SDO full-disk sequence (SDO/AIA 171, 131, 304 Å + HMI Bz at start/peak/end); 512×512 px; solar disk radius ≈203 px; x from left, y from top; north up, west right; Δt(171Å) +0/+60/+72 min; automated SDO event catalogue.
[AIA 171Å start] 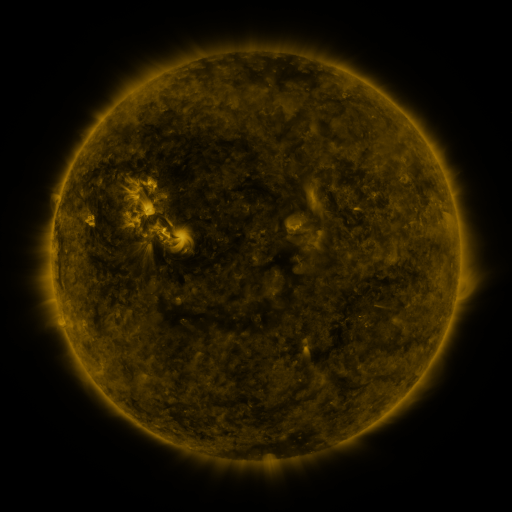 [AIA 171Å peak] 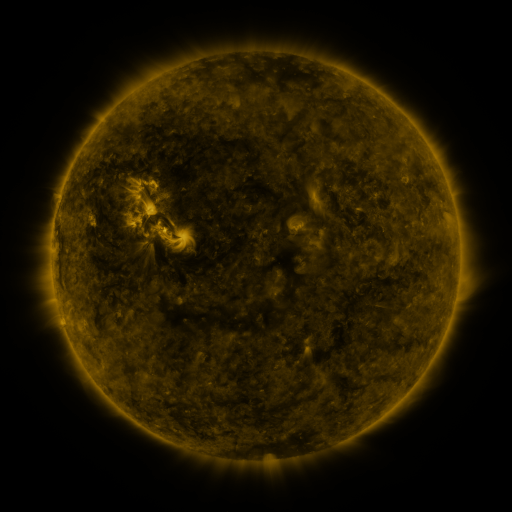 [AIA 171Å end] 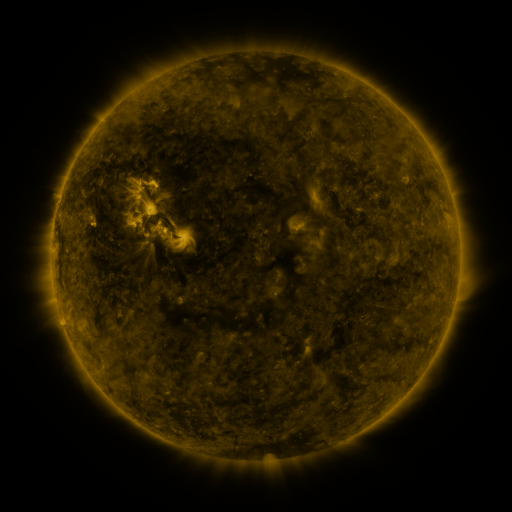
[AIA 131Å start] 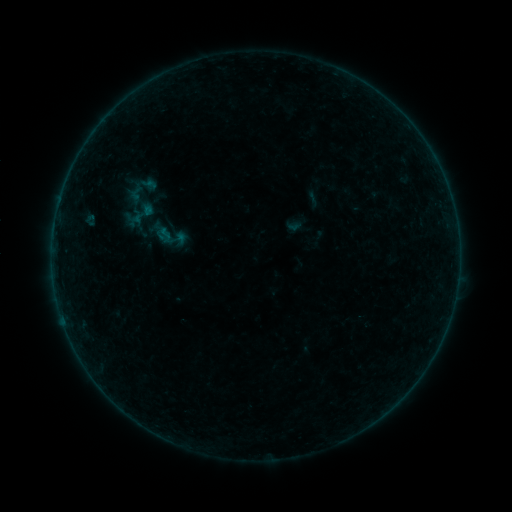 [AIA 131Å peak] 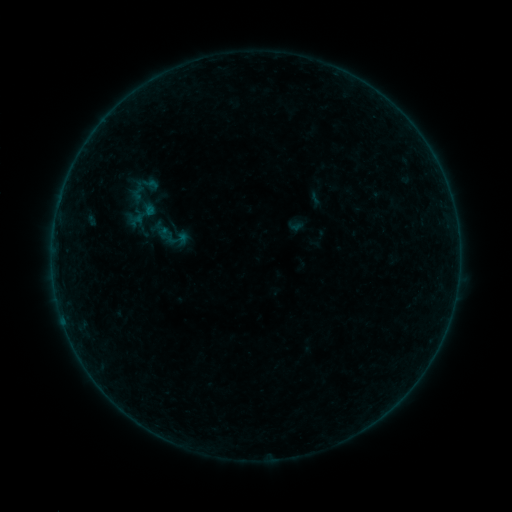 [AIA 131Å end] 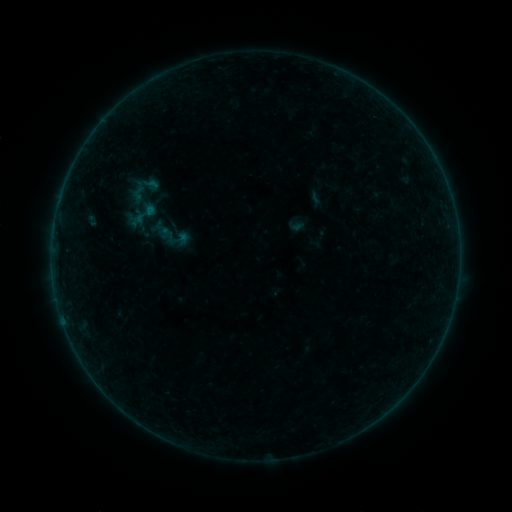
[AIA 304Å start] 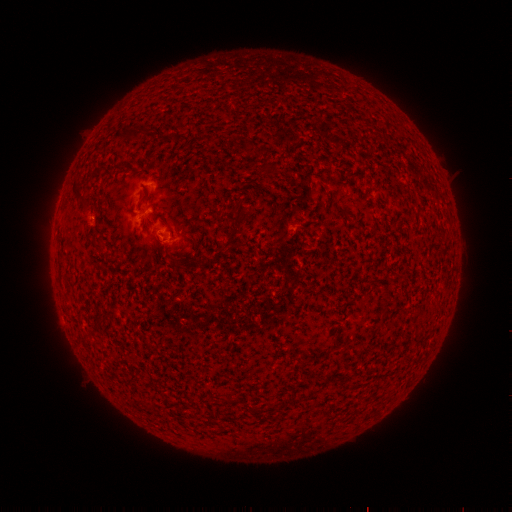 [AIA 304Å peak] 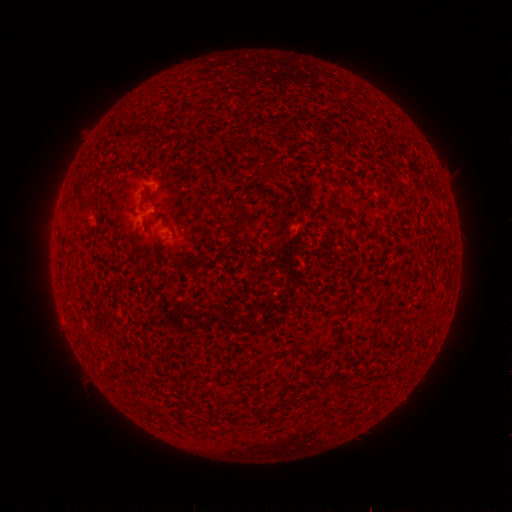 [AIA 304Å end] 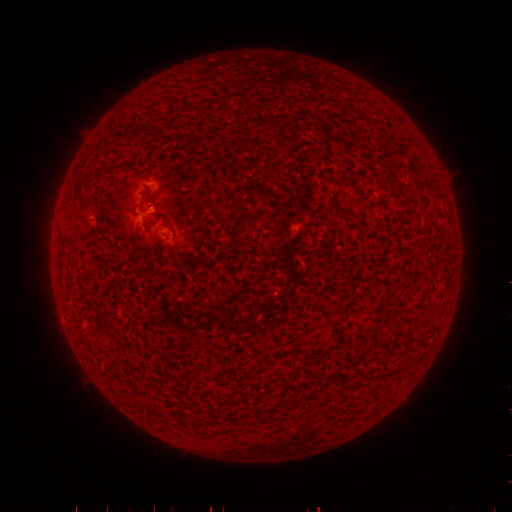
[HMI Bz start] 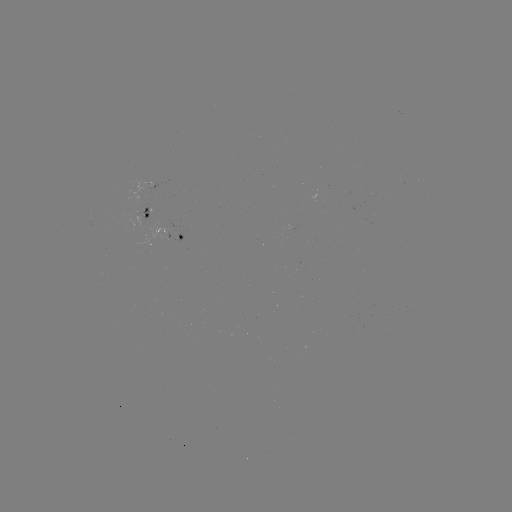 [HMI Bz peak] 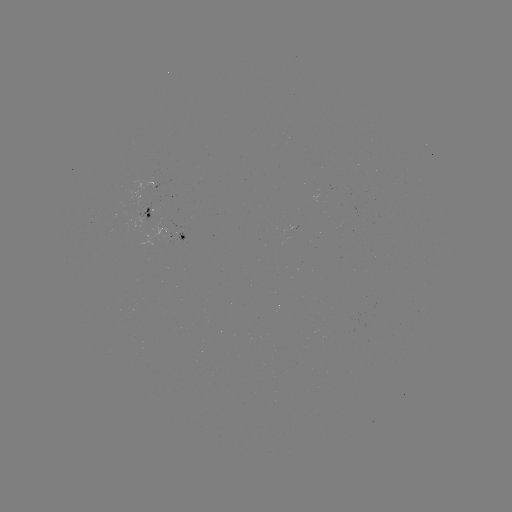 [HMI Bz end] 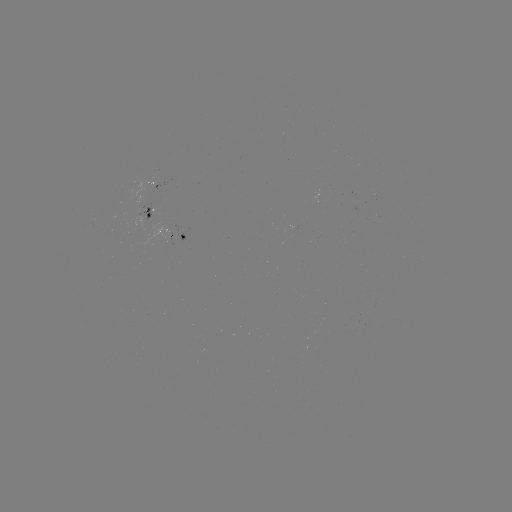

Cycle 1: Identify emerging-flux region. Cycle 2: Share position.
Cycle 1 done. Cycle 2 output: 151,188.